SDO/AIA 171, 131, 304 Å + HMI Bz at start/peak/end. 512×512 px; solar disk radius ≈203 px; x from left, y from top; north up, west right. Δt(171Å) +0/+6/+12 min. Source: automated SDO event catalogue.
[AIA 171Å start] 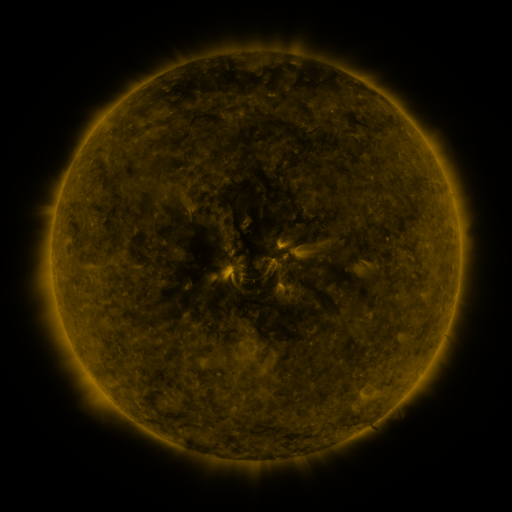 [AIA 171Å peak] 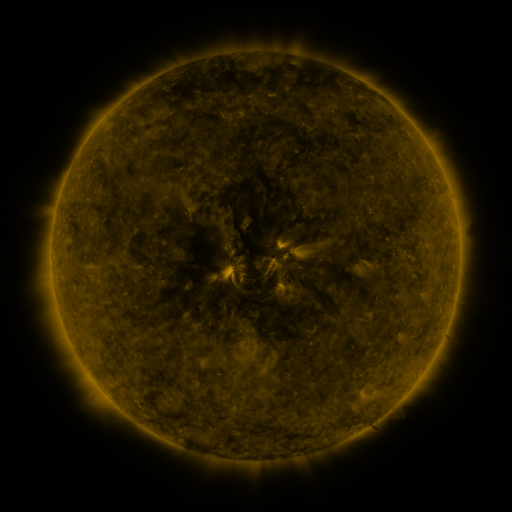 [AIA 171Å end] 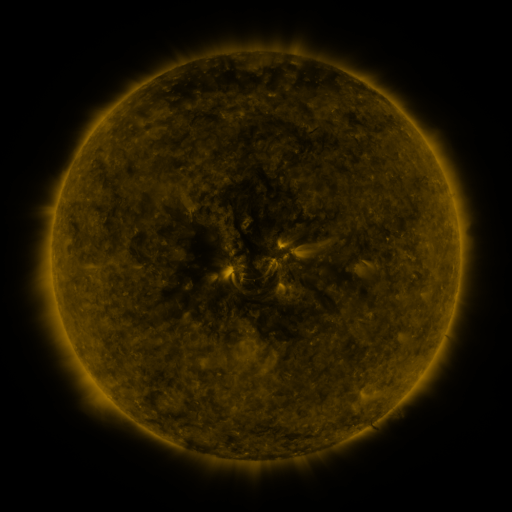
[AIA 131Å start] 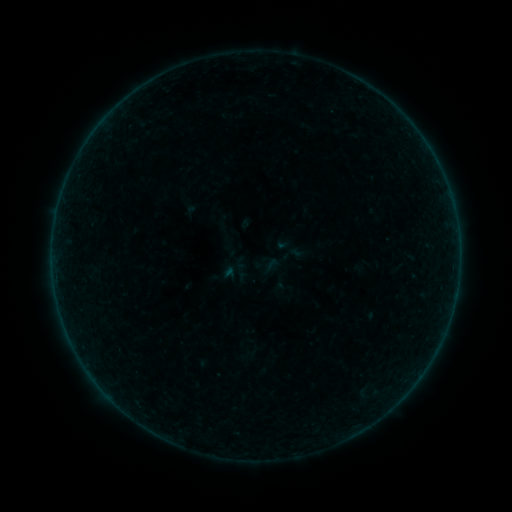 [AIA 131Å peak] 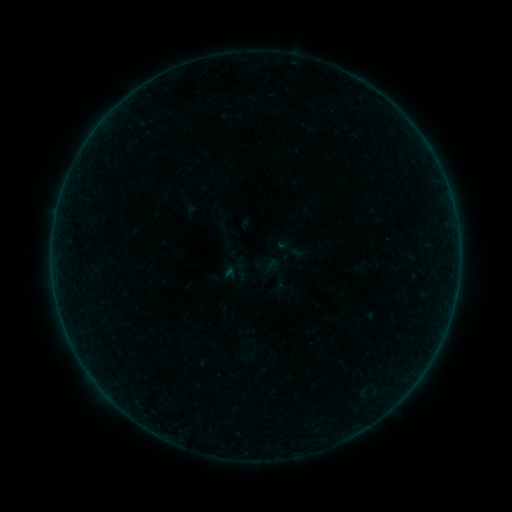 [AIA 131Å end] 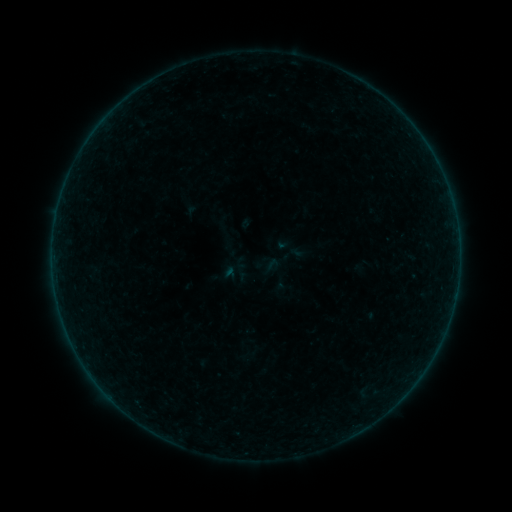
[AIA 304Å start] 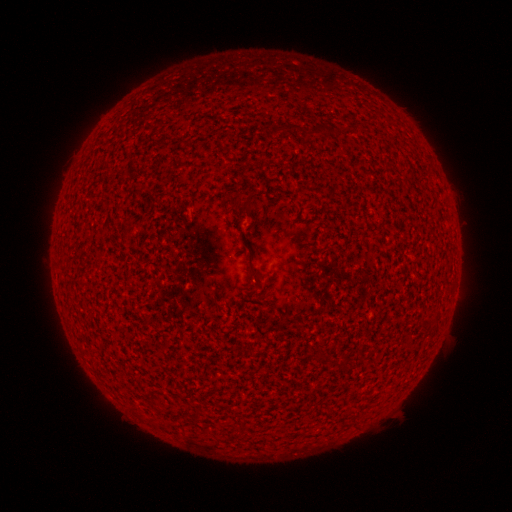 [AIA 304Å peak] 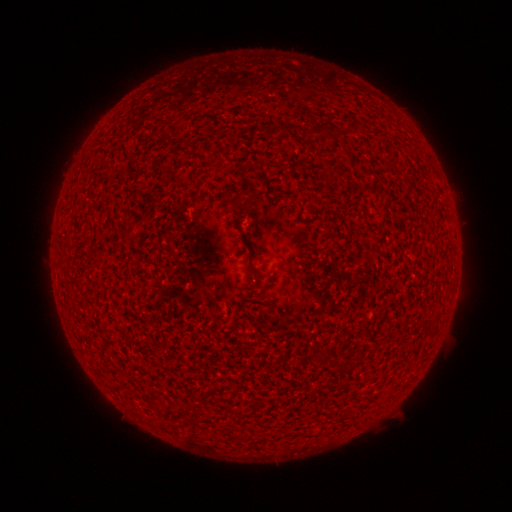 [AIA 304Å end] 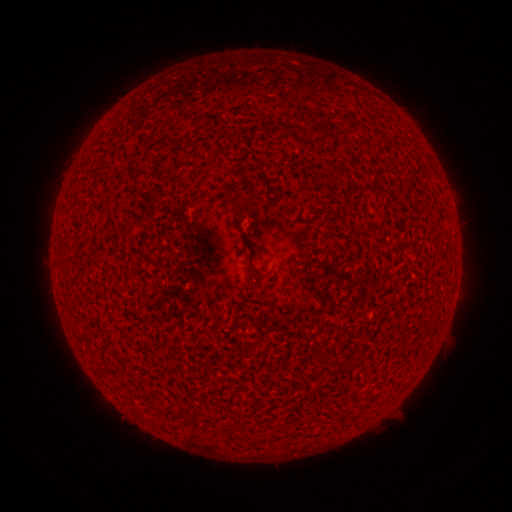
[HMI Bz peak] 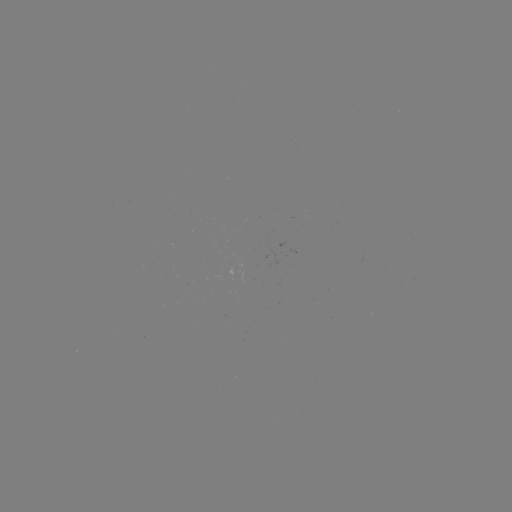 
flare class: A2.0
